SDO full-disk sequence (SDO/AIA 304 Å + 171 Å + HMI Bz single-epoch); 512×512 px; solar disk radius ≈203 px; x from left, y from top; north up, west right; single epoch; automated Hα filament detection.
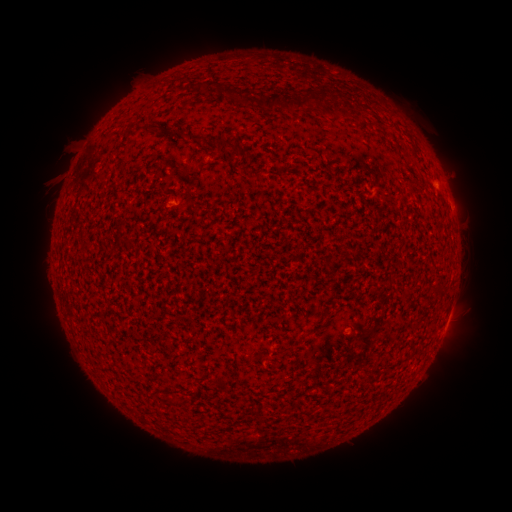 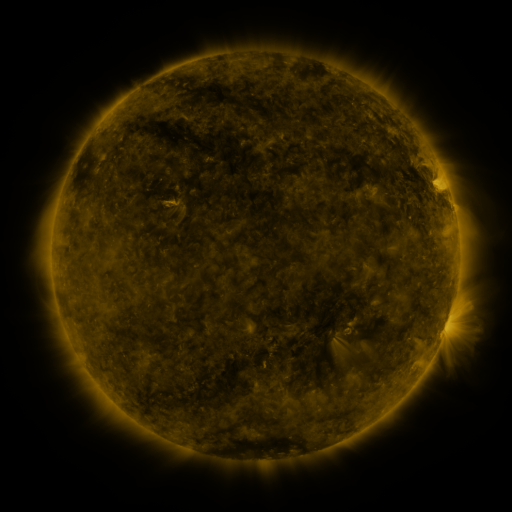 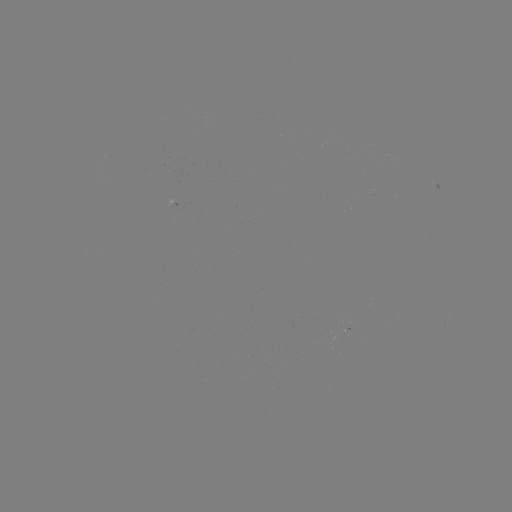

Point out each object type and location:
filament: [196, 81, 217, 92]
filament: [284, 93, 320, 112]
filament: [241, 94, 279, 112]
filament: [147, 123, 161, 133]
filament: [188, 133, 204, 143]
filament: [216, 137, 230, 153]
filament: [232, 145, 241, 155]
filament: [248, 170, 263, 184]
filament: [408, 184, 417, 195]
filament: [431, 286, 445, 295]
